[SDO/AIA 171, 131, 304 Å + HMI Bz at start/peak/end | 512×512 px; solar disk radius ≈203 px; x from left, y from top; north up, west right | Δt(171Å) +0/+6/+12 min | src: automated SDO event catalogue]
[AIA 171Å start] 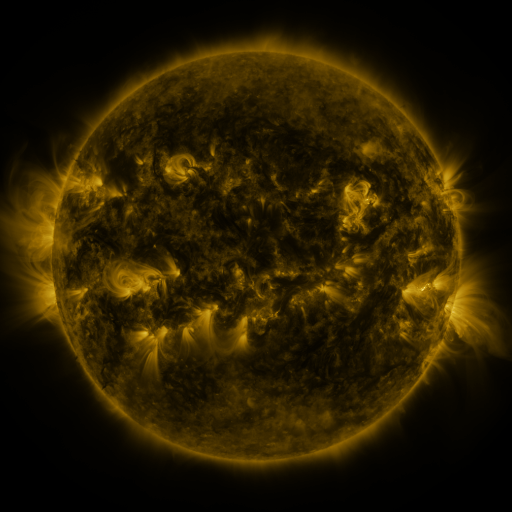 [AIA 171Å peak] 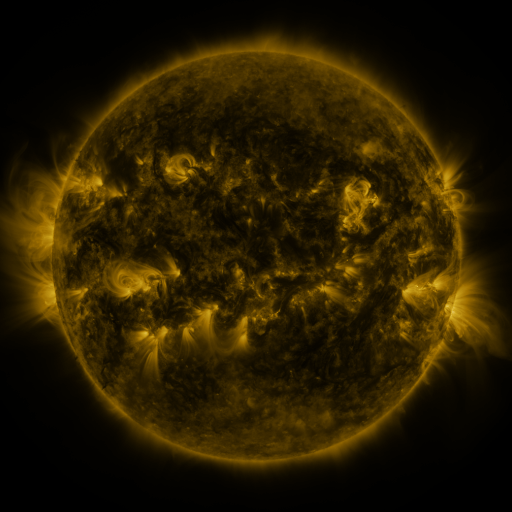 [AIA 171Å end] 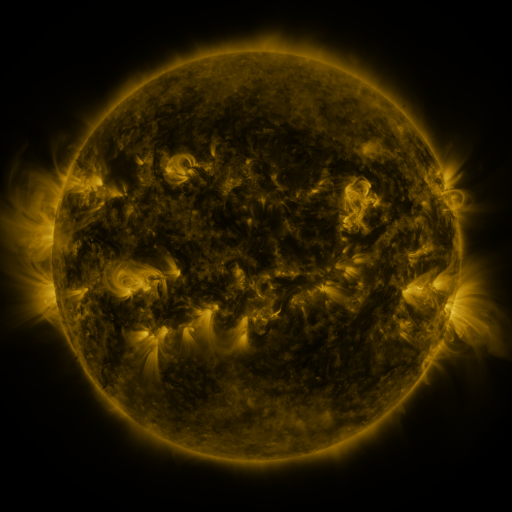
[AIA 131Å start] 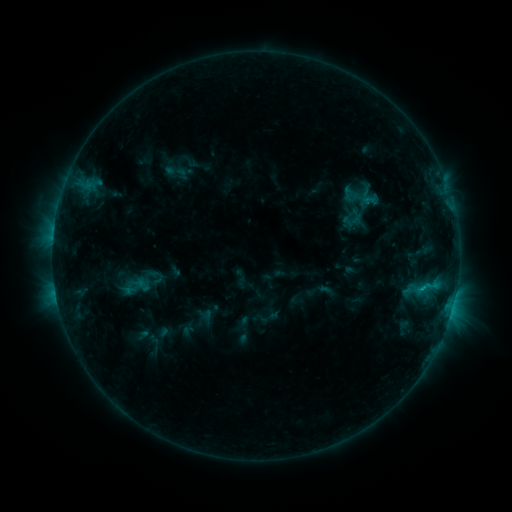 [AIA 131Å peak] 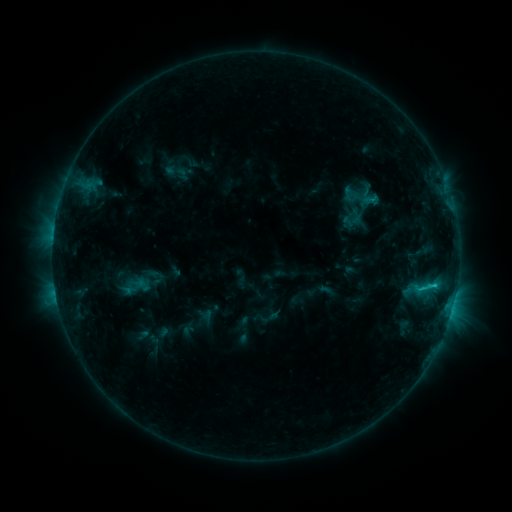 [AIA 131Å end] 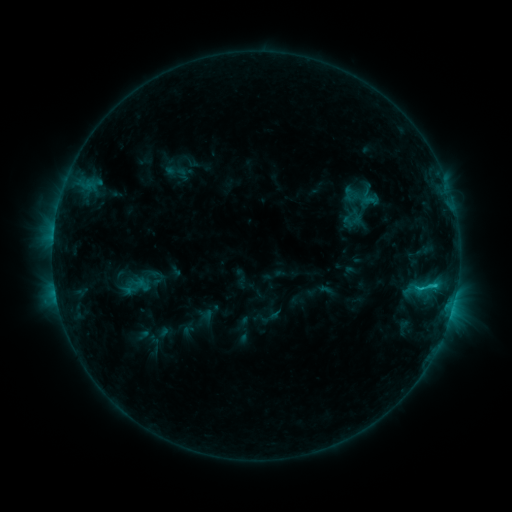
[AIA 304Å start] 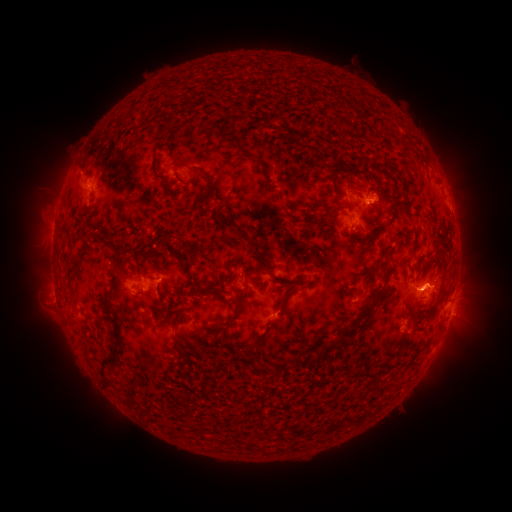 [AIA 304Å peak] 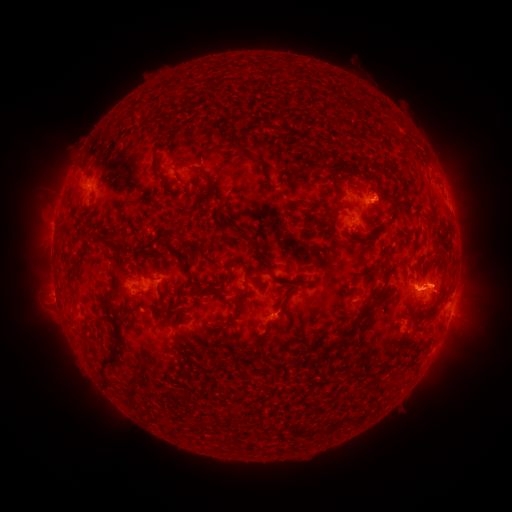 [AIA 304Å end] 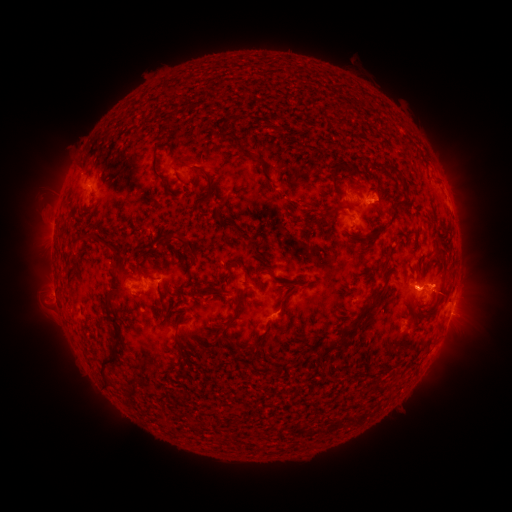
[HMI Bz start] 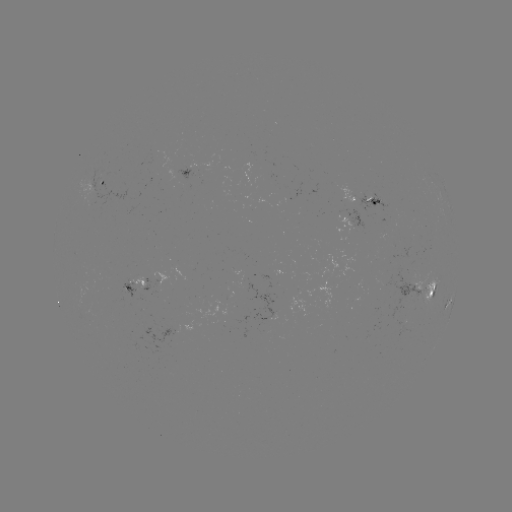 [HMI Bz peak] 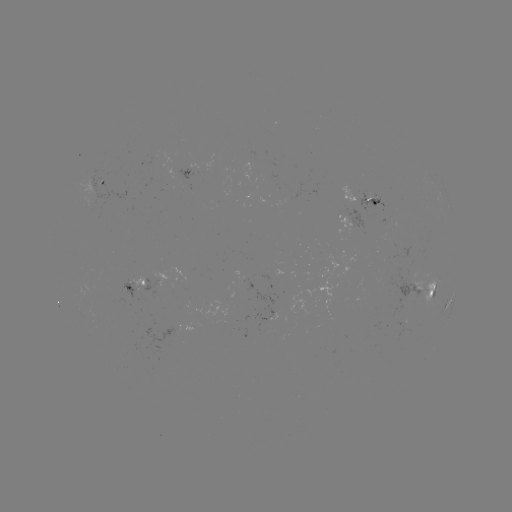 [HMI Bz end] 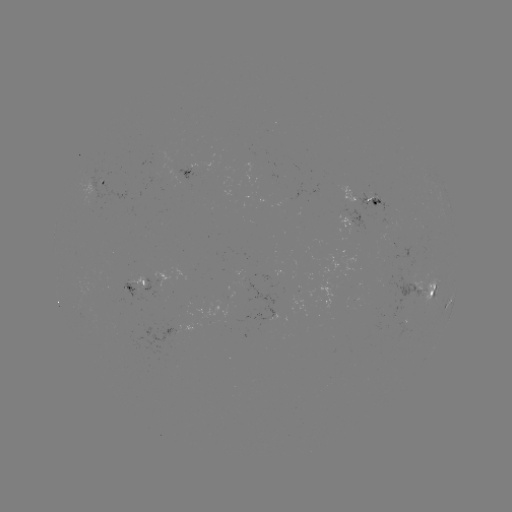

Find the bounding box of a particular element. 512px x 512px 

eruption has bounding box [467, 268, 498, 308].